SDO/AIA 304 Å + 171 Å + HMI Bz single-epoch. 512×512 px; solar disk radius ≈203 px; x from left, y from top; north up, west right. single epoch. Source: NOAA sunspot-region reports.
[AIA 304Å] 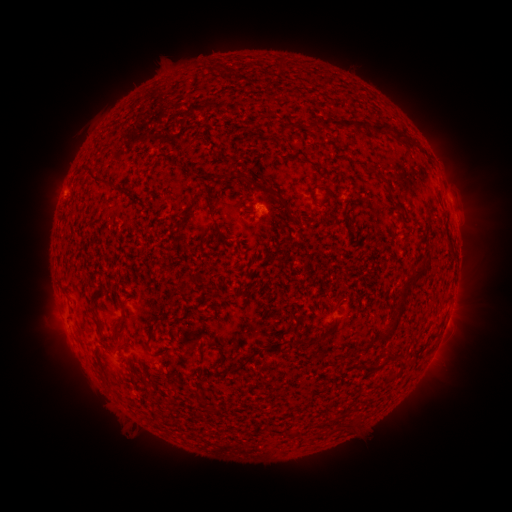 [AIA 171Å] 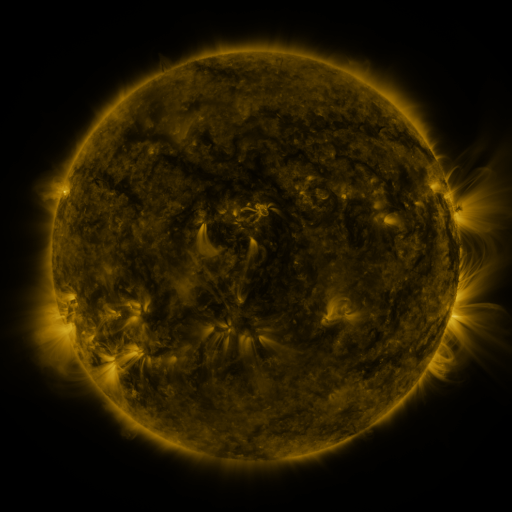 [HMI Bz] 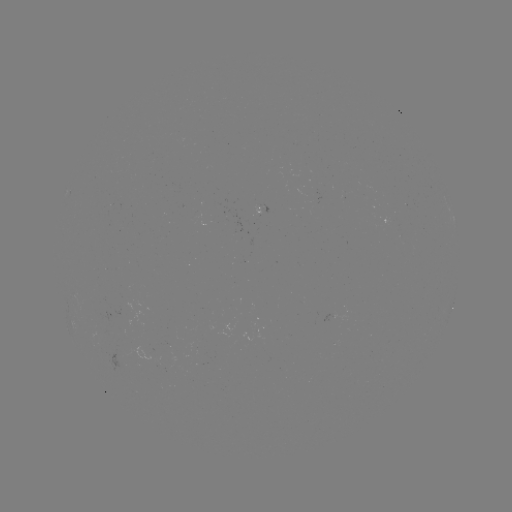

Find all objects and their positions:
spotted active region: (452, 308)
